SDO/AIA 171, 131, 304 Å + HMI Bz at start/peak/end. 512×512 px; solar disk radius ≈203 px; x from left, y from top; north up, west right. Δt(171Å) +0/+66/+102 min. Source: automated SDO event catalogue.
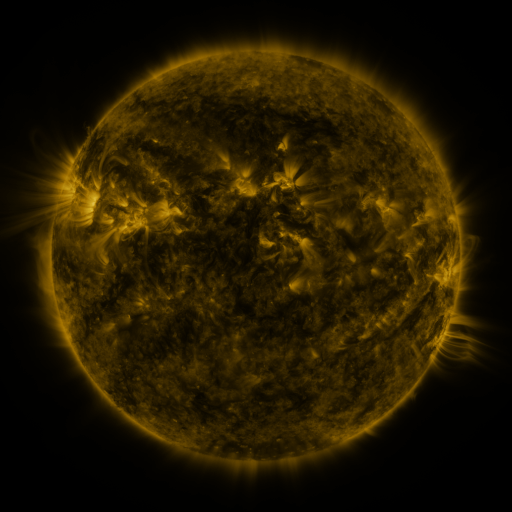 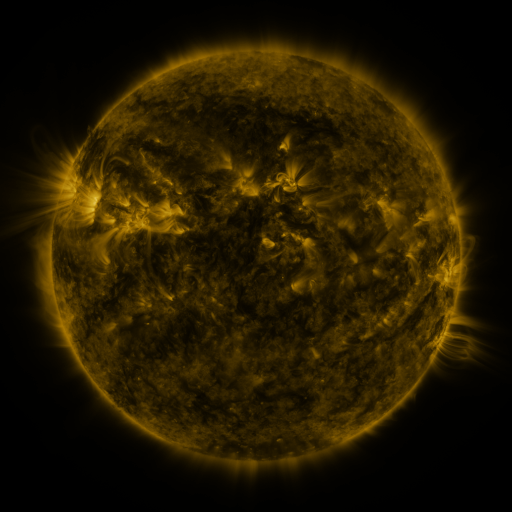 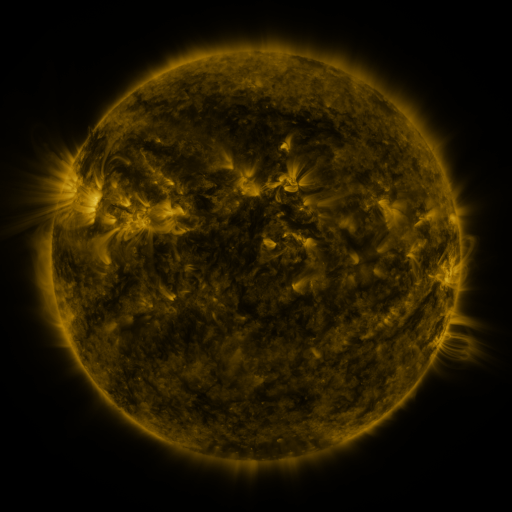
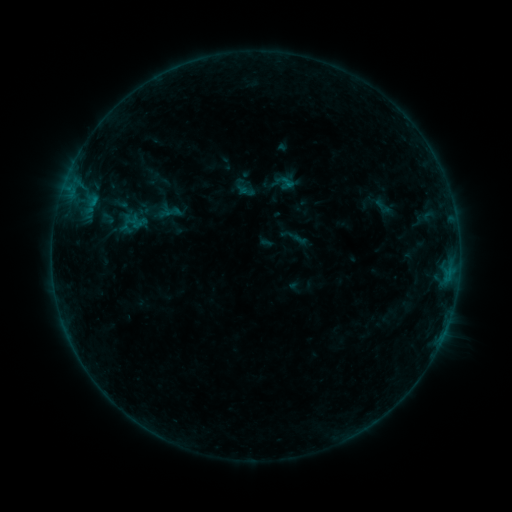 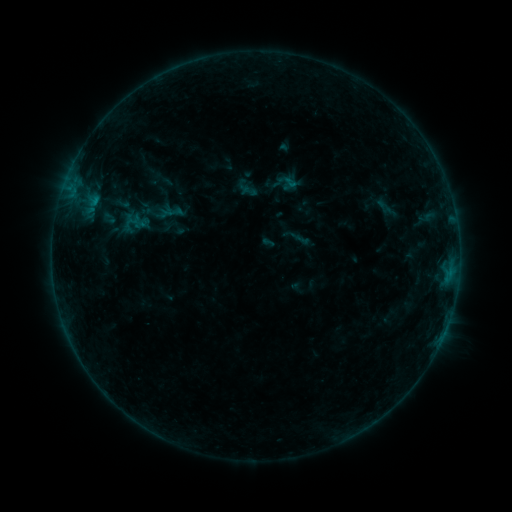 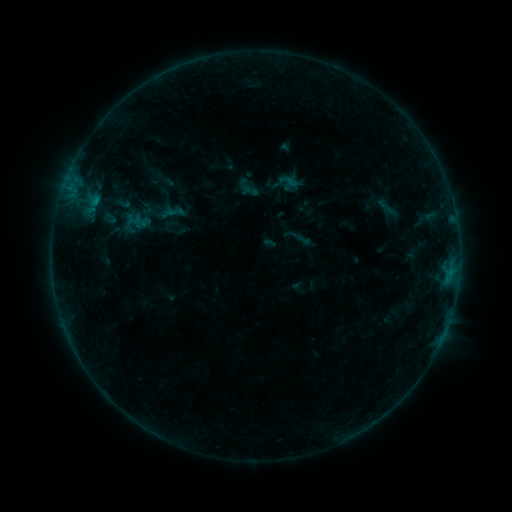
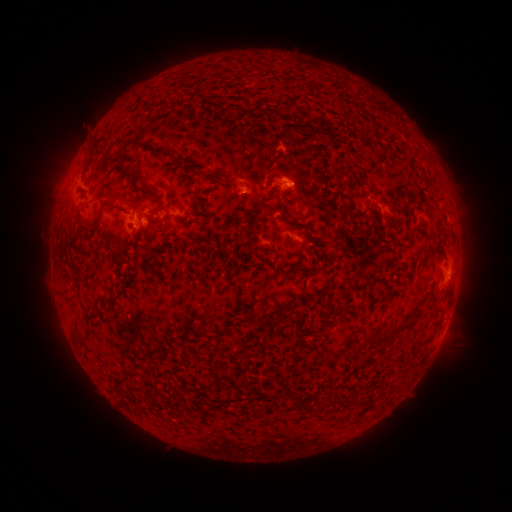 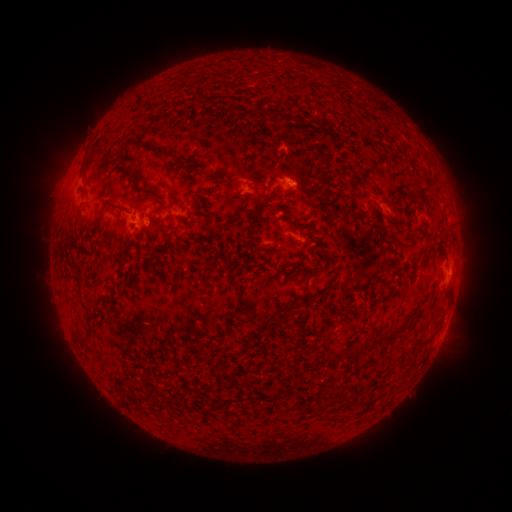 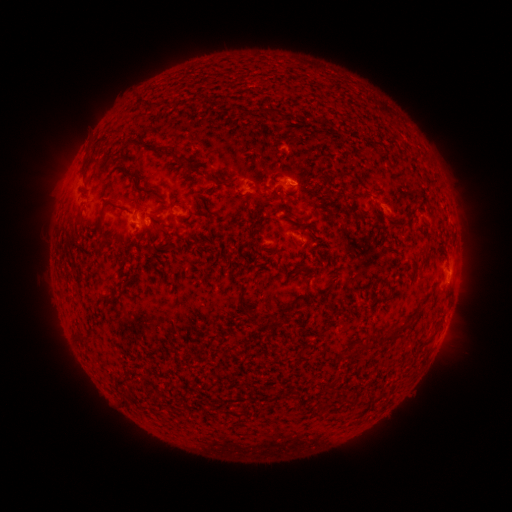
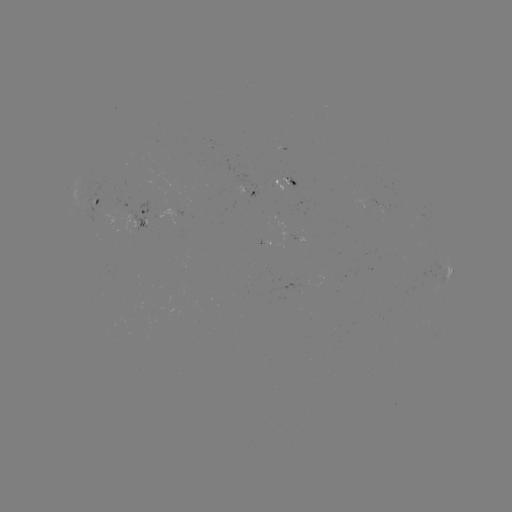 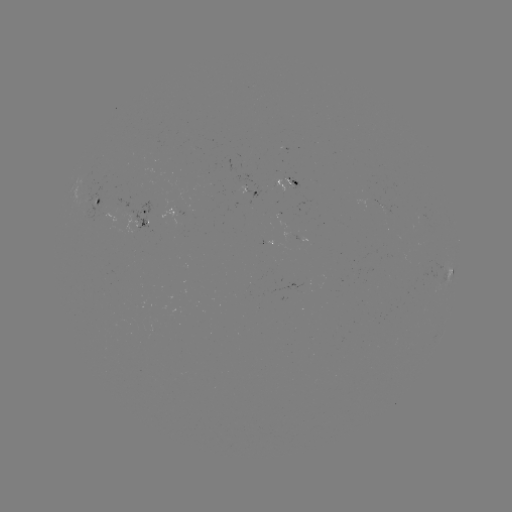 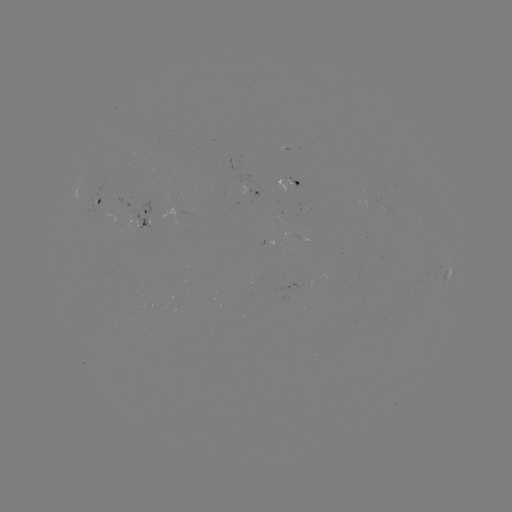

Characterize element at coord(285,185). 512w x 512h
emerging-flux region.